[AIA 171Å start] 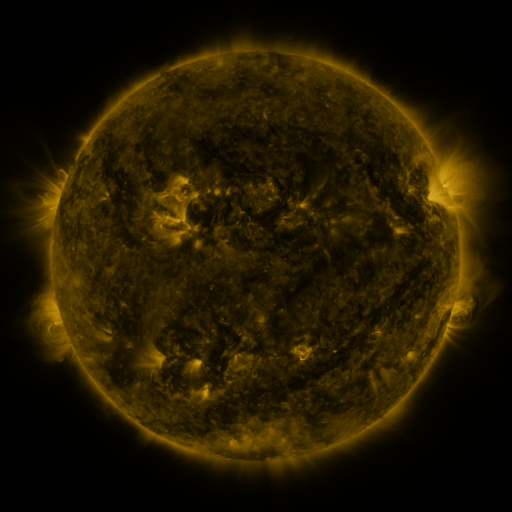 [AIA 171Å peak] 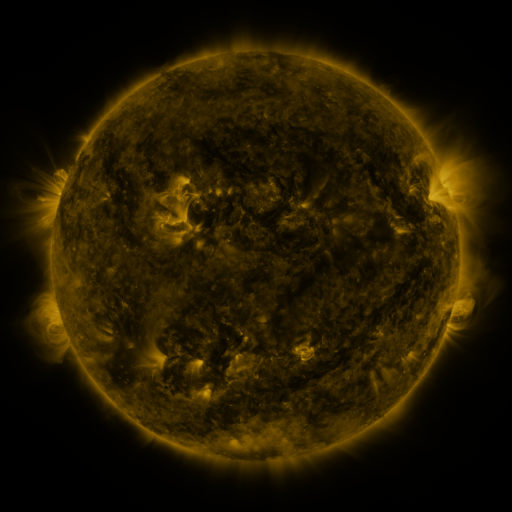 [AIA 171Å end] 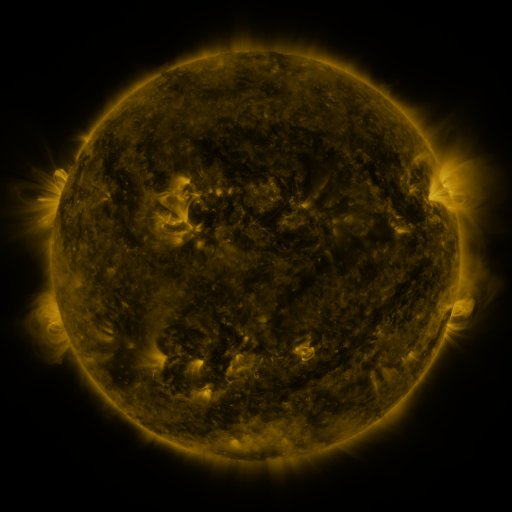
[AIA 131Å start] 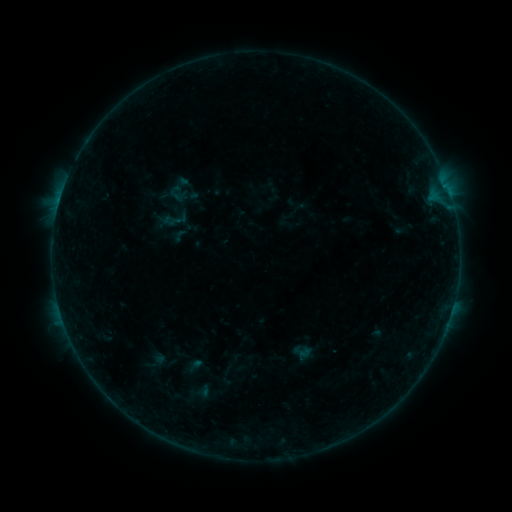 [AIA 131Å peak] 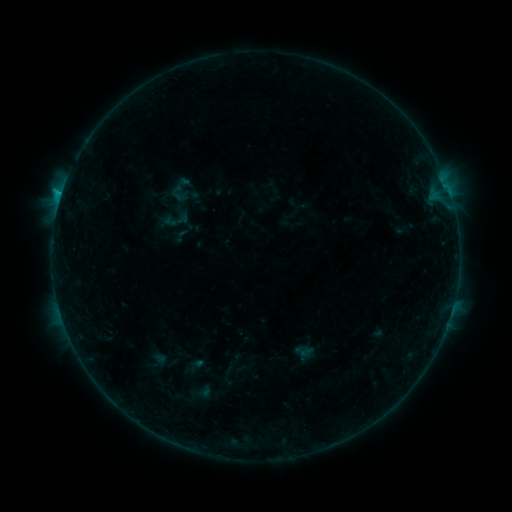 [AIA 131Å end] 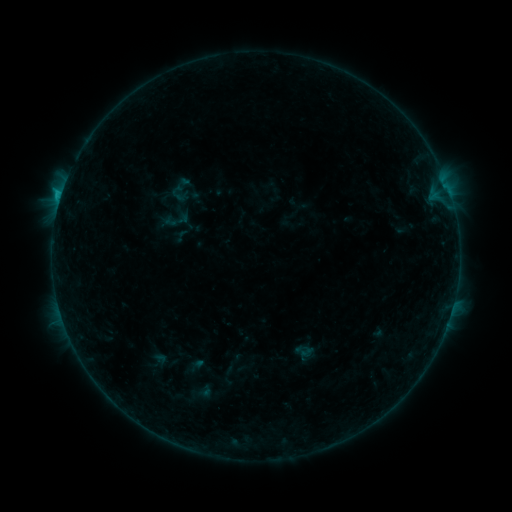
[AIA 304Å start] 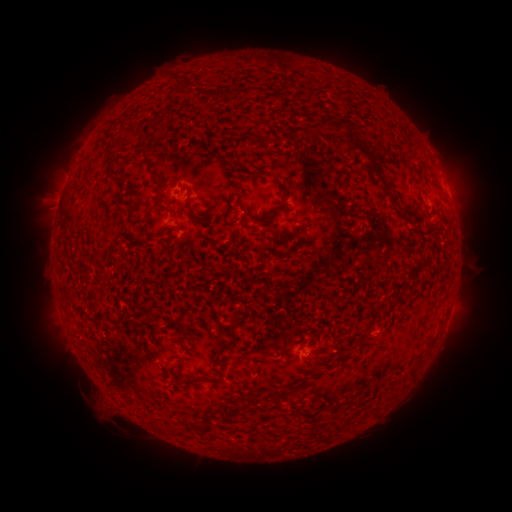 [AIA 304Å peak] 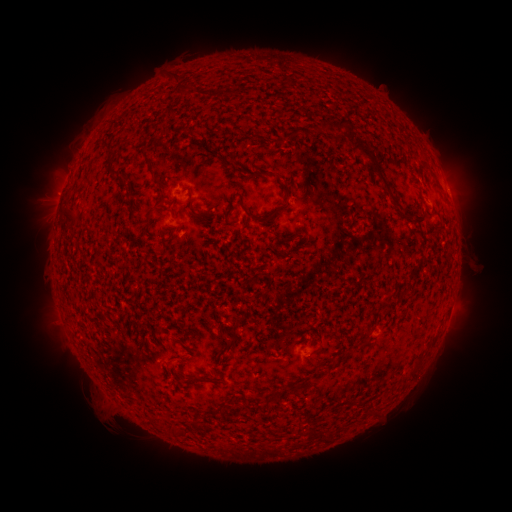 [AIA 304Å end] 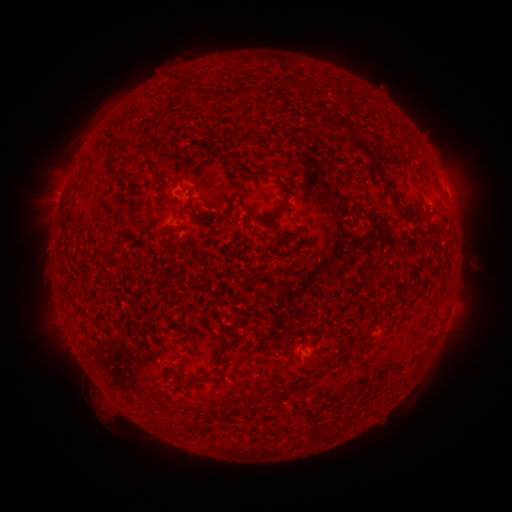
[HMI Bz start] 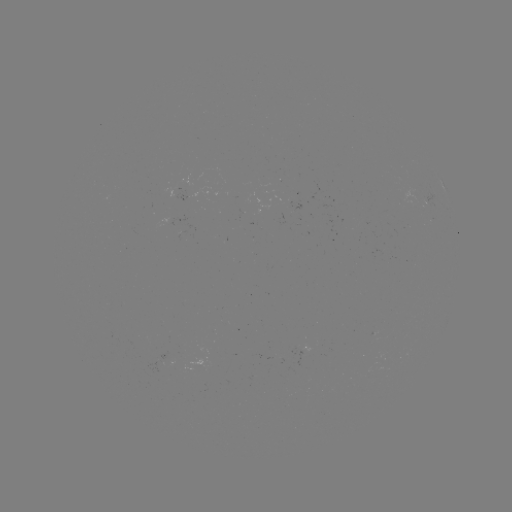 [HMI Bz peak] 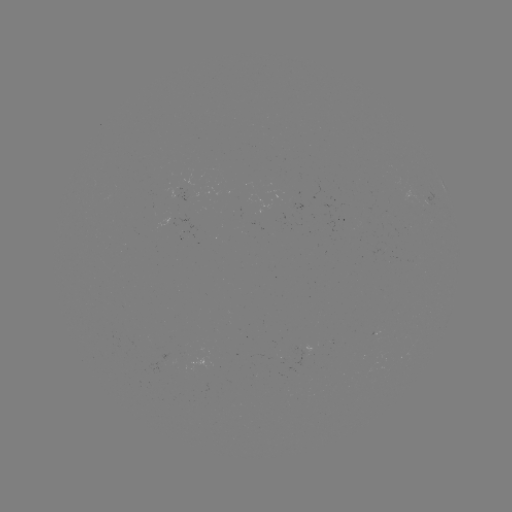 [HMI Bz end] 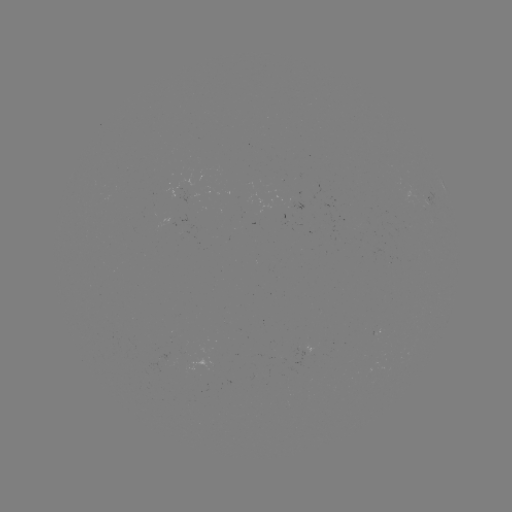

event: flare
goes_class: B7.8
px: (61, 197)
